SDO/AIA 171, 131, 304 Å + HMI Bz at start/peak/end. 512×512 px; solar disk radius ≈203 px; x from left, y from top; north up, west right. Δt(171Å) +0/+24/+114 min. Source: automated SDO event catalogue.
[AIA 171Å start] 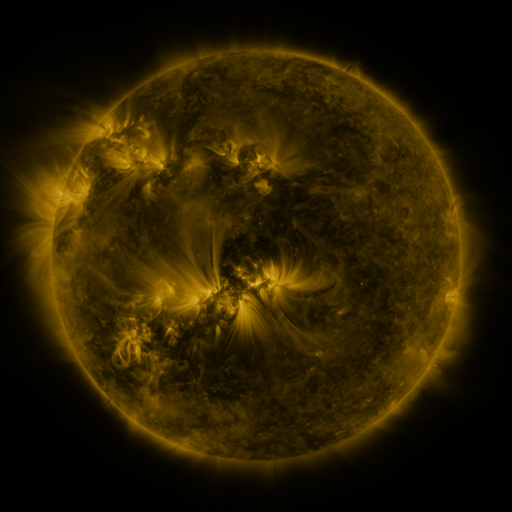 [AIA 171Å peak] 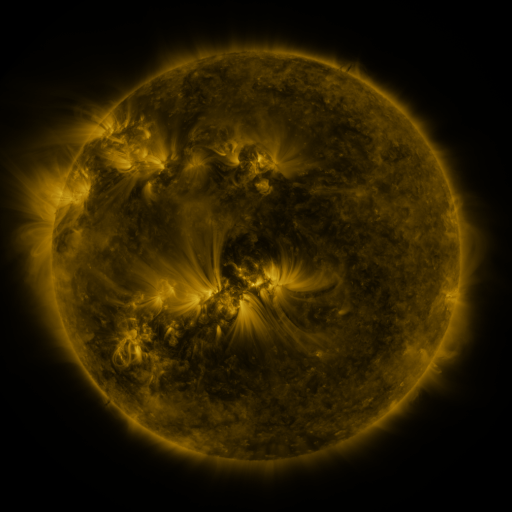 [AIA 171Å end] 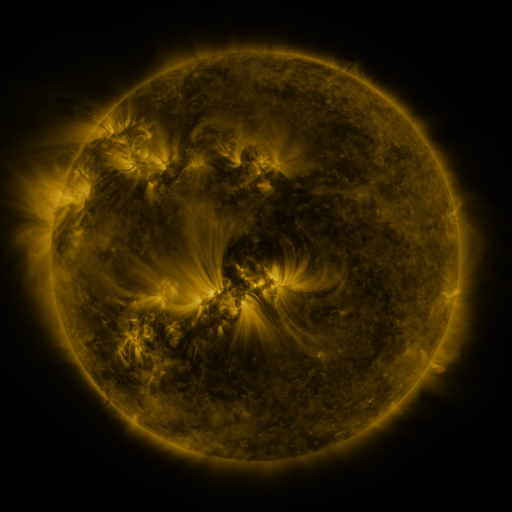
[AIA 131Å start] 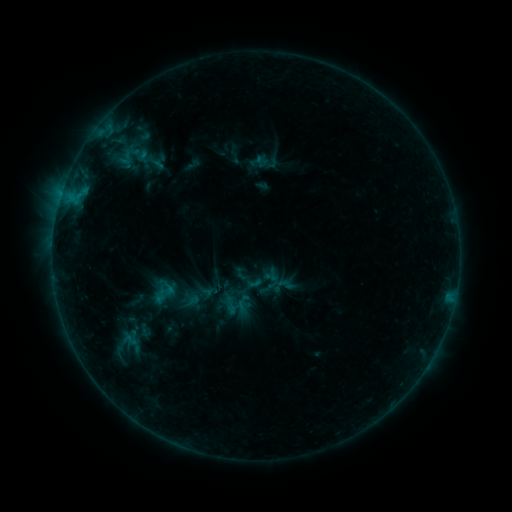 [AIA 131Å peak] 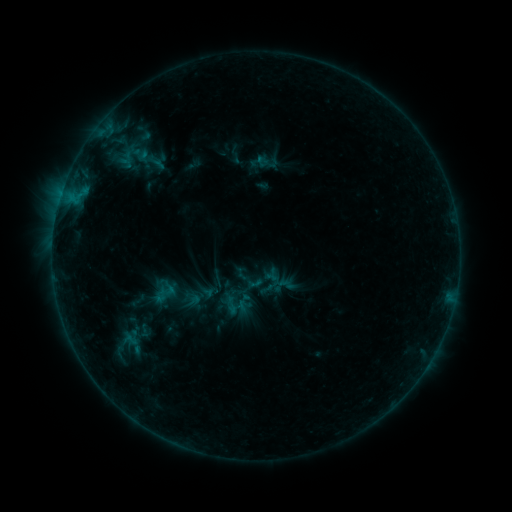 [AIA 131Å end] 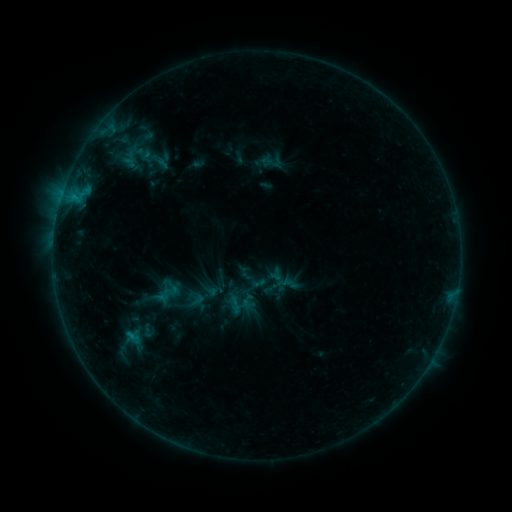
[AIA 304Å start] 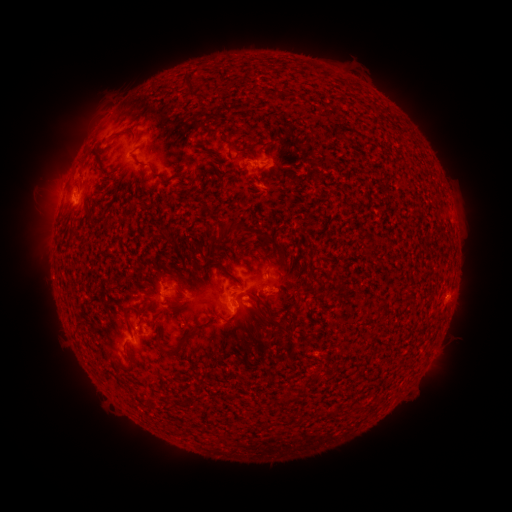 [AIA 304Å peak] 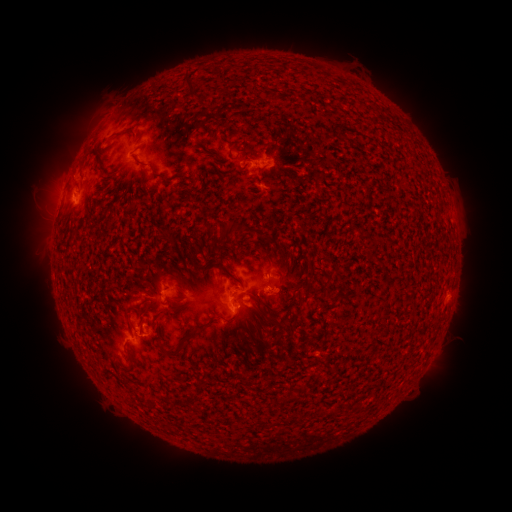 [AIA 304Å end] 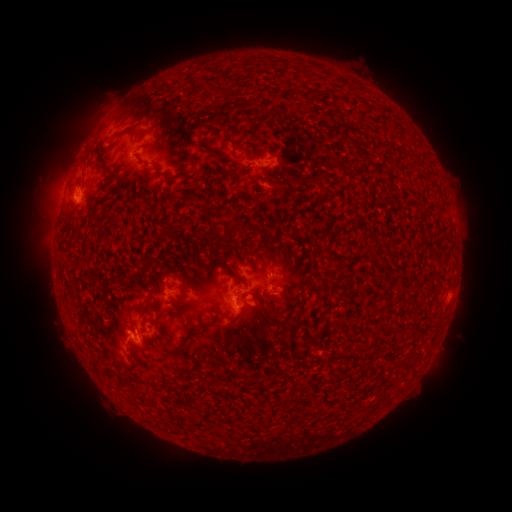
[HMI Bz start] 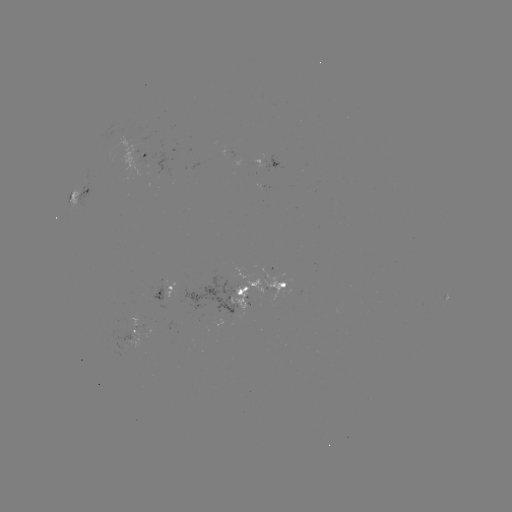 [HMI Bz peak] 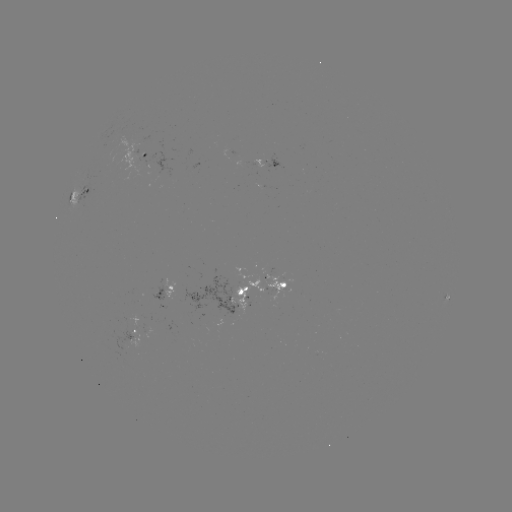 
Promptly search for emerging-flux region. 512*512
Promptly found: [277, 287].